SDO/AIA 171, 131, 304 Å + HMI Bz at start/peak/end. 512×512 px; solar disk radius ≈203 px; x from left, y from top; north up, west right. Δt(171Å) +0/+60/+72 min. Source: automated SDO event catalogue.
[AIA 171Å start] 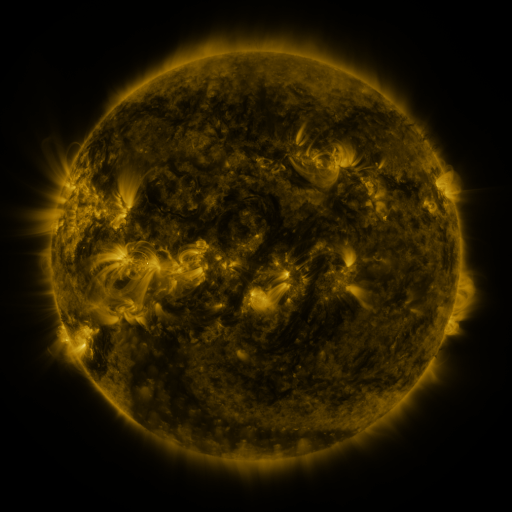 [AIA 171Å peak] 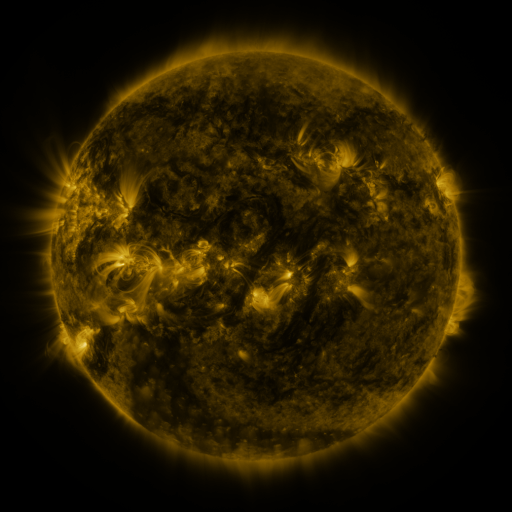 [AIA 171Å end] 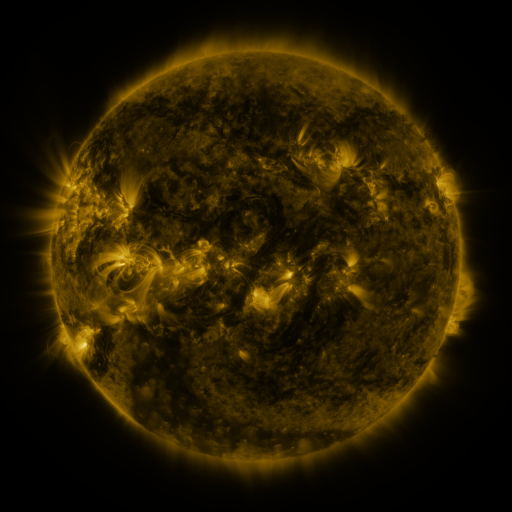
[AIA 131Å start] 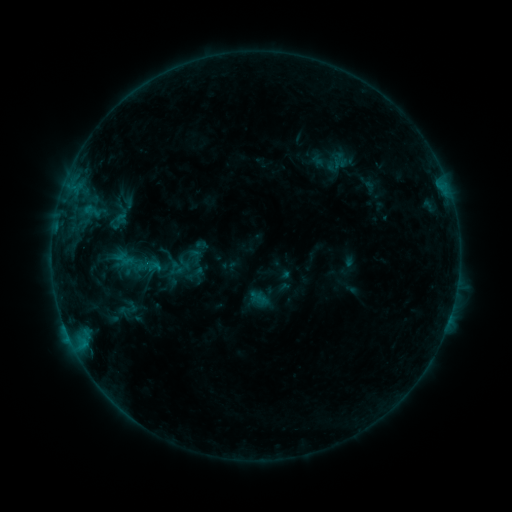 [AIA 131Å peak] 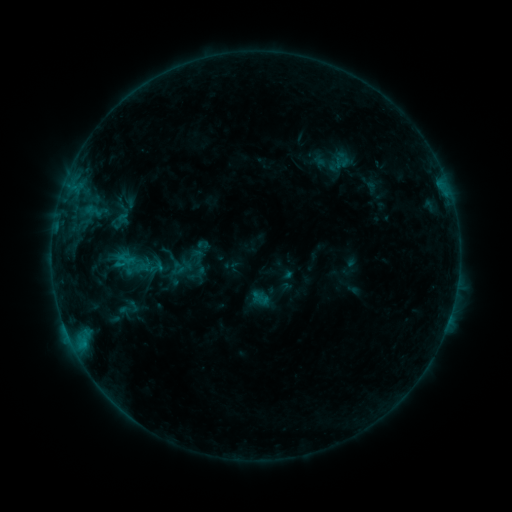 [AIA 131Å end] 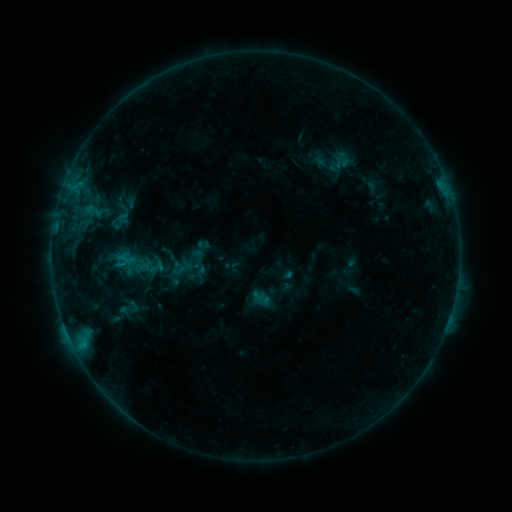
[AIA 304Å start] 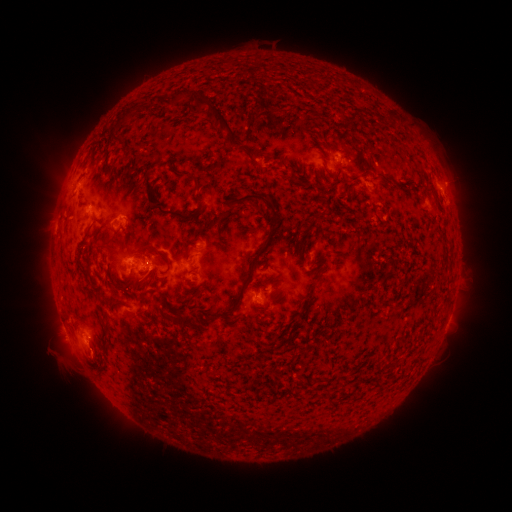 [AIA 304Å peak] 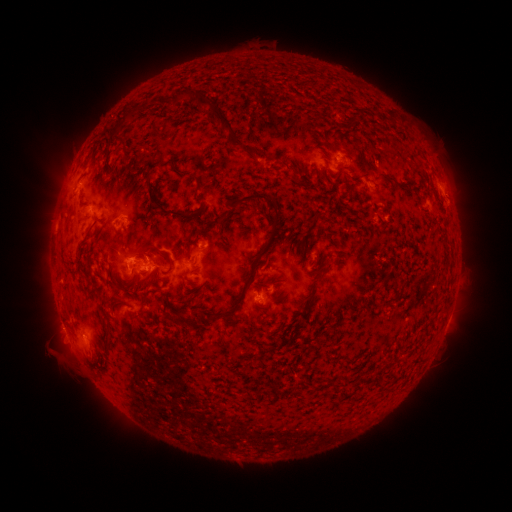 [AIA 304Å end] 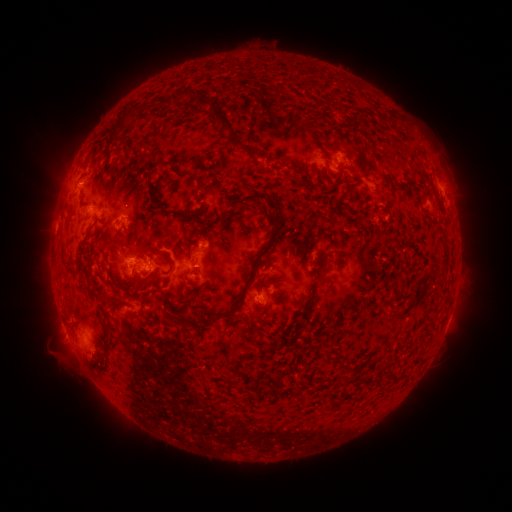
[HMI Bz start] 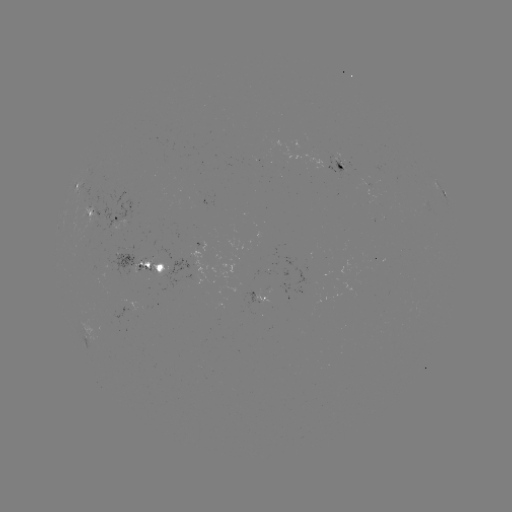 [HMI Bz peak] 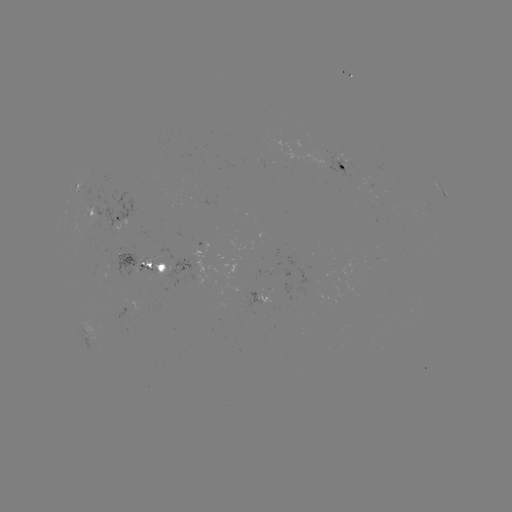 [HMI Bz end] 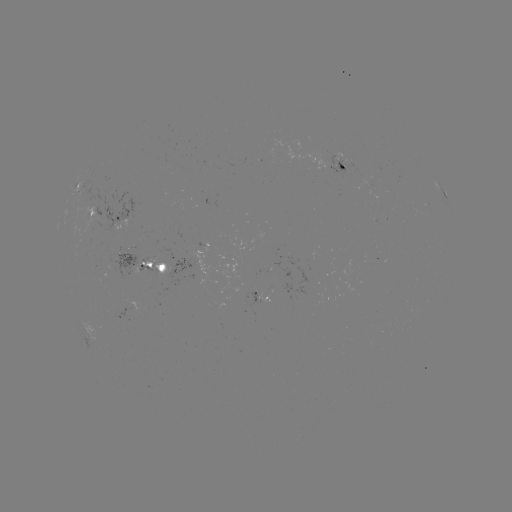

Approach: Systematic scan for emerging-flux region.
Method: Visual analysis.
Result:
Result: emerging-flux region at (333, 153).